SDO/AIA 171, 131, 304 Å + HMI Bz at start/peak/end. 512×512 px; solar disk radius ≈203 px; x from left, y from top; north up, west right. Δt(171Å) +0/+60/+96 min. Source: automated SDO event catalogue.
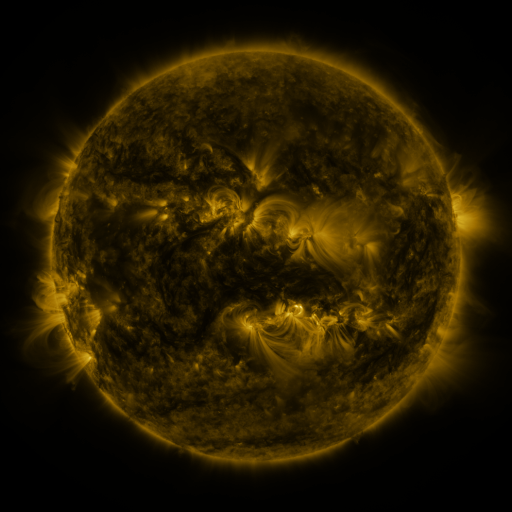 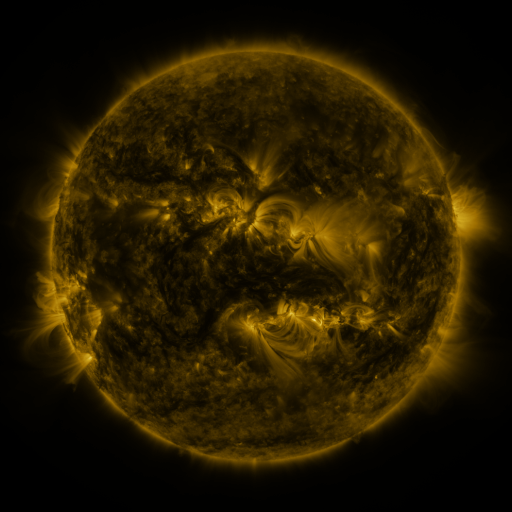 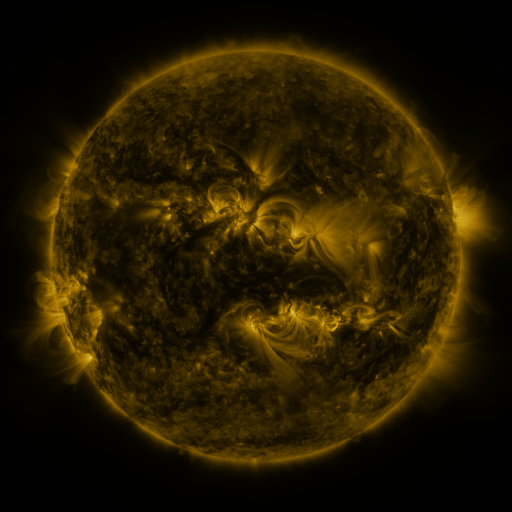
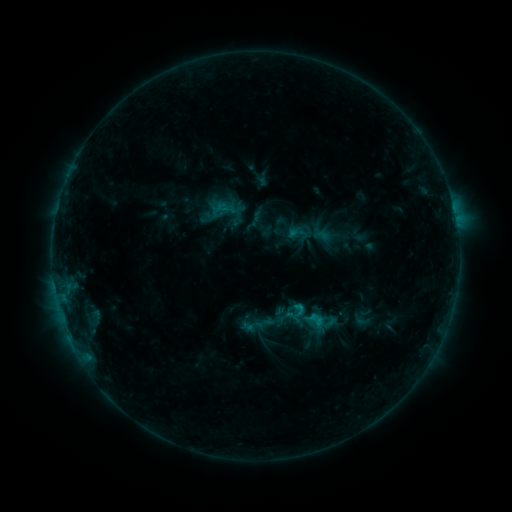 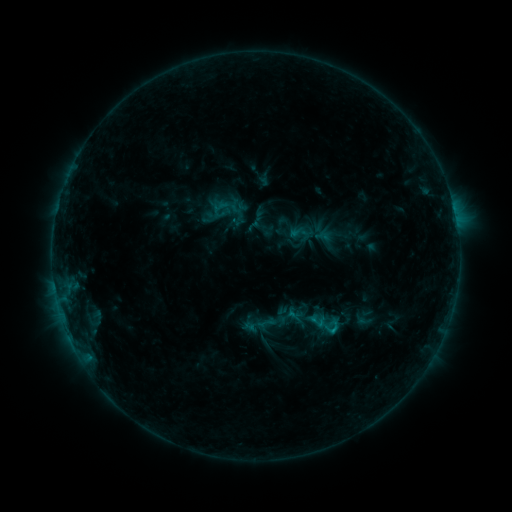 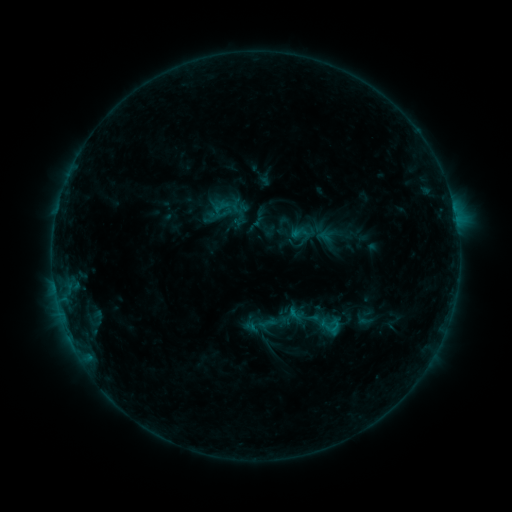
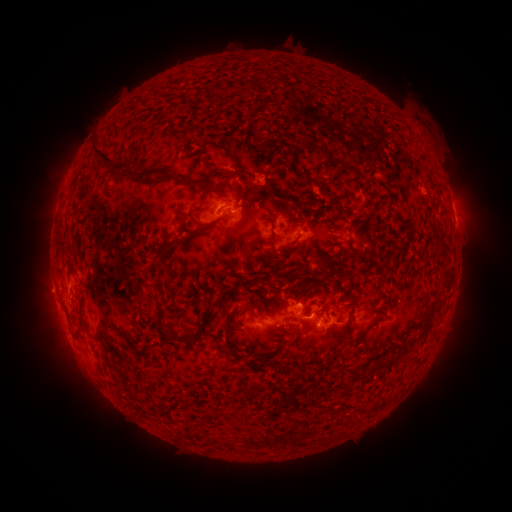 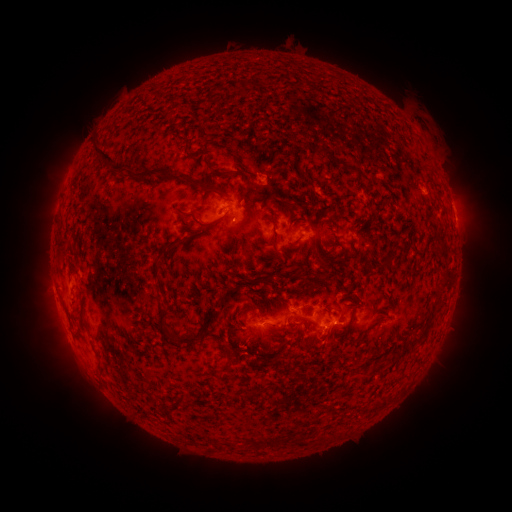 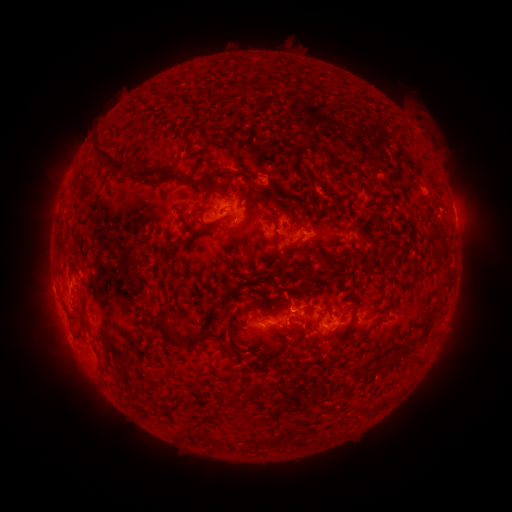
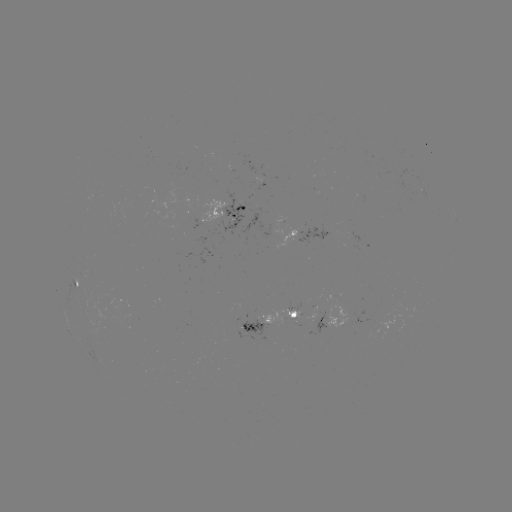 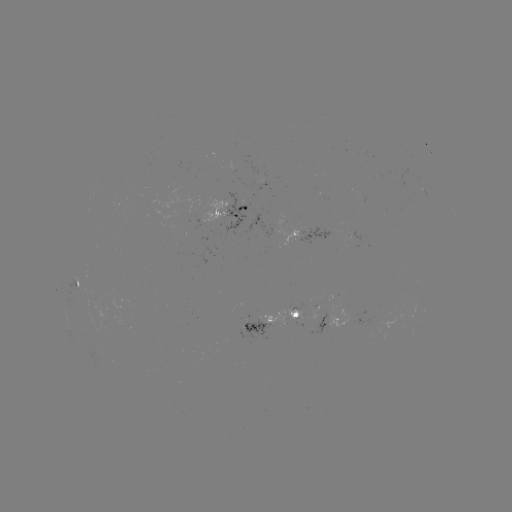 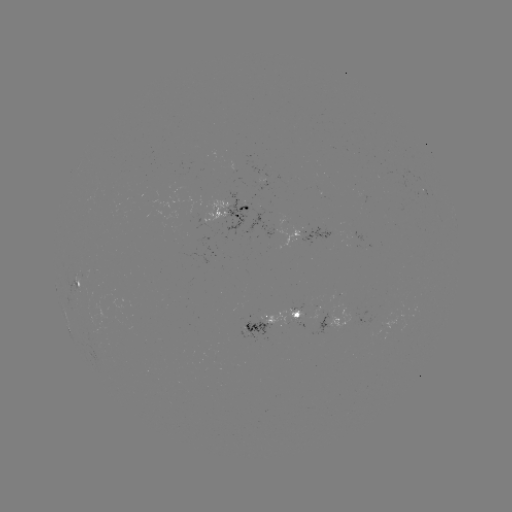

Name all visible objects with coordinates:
emerging-flux region: (276, 215)
